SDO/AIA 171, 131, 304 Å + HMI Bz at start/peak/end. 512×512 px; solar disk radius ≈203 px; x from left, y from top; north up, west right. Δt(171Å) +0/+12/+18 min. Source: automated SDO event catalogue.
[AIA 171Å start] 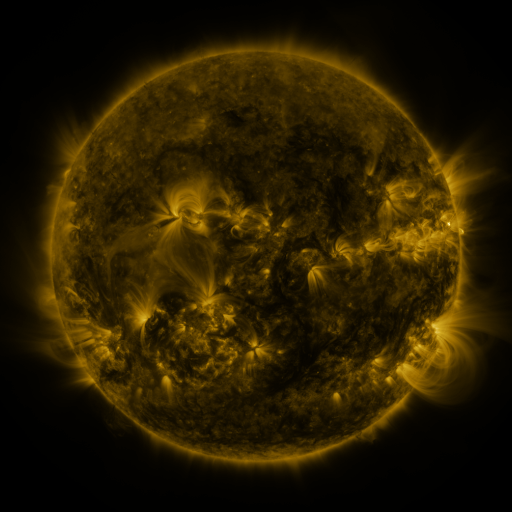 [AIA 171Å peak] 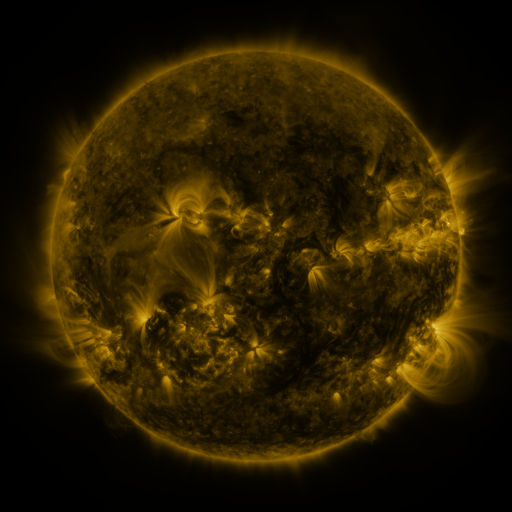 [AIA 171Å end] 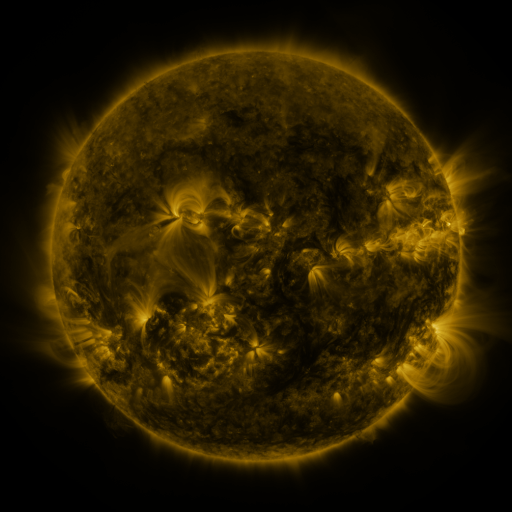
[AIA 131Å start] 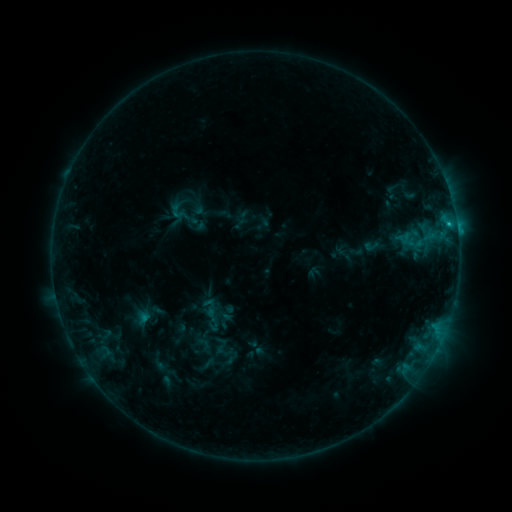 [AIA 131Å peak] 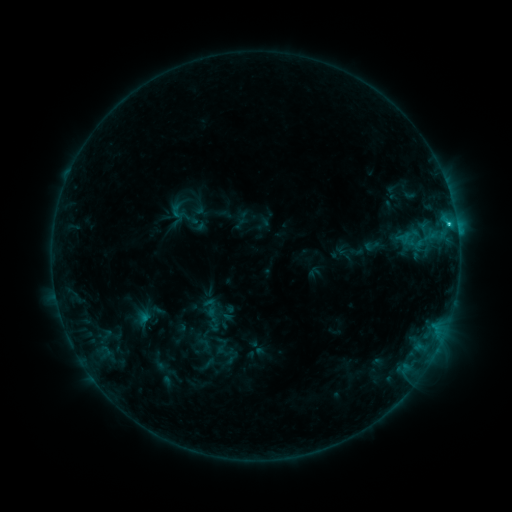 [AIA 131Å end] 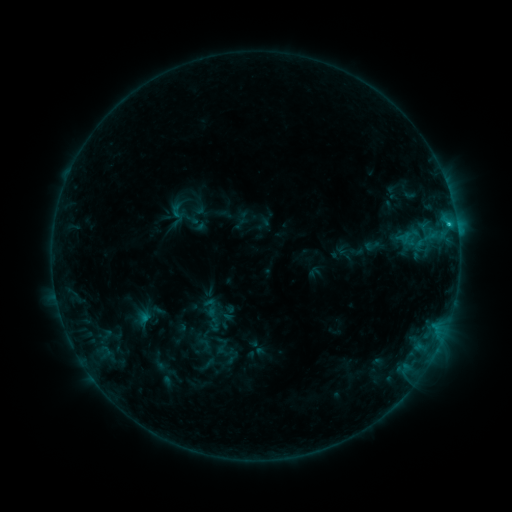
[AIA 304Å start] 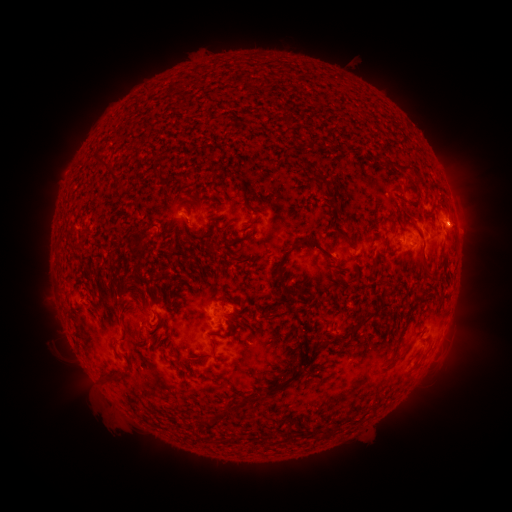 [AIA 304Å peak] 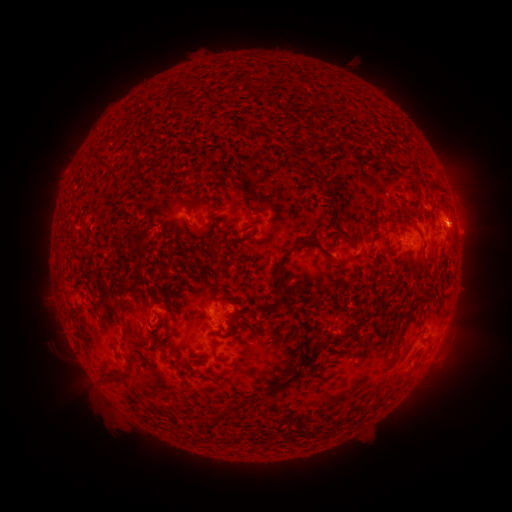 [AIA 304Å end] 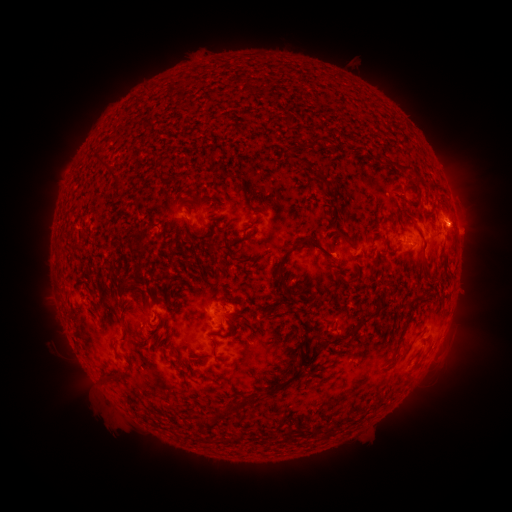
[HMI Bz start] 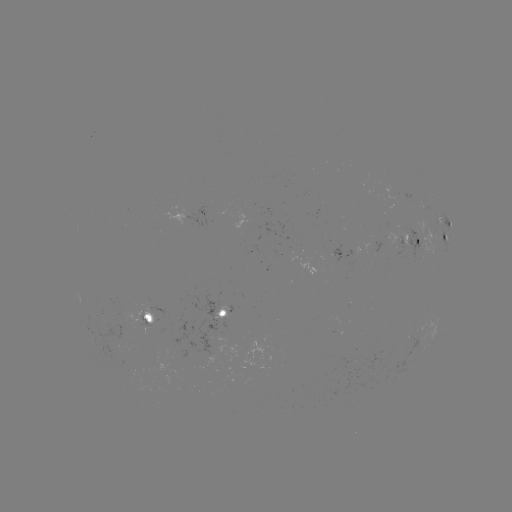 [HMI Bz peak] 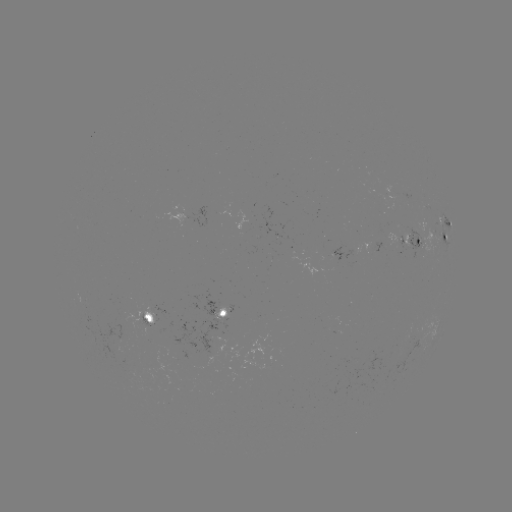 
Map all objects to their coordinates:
C1.4 flare: (448, 227)
